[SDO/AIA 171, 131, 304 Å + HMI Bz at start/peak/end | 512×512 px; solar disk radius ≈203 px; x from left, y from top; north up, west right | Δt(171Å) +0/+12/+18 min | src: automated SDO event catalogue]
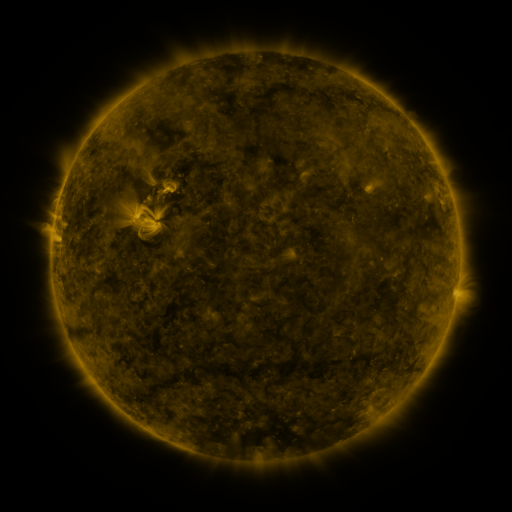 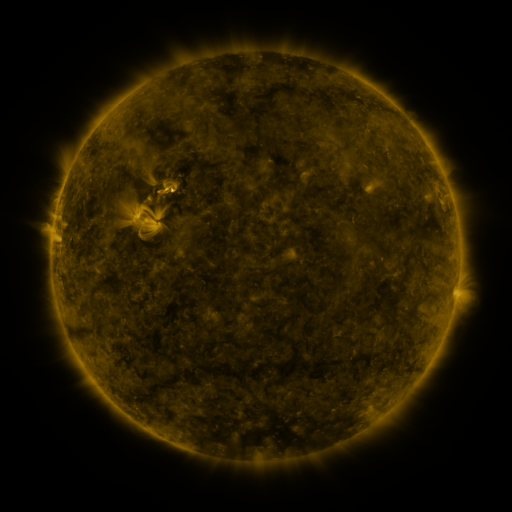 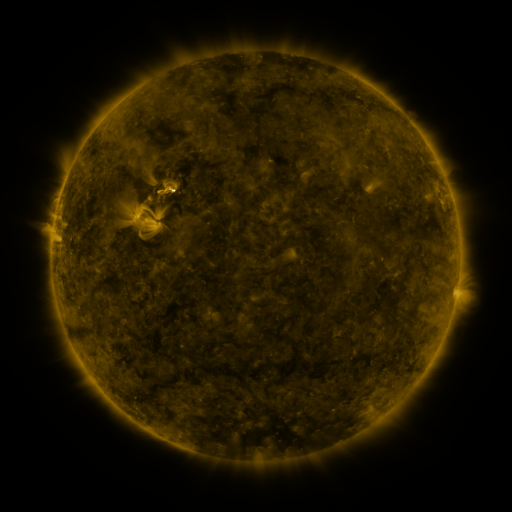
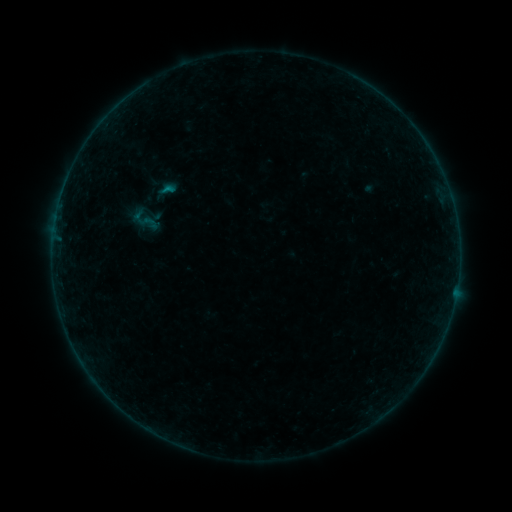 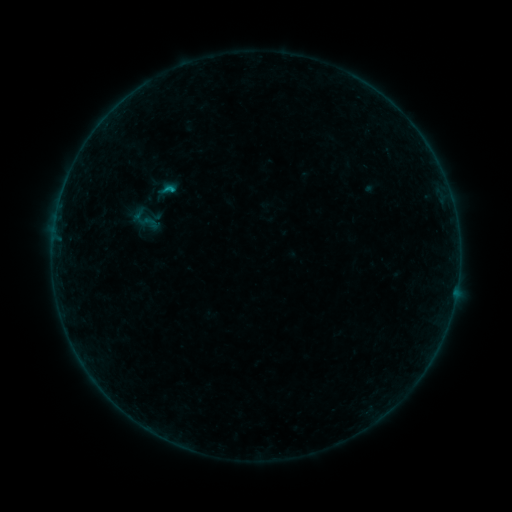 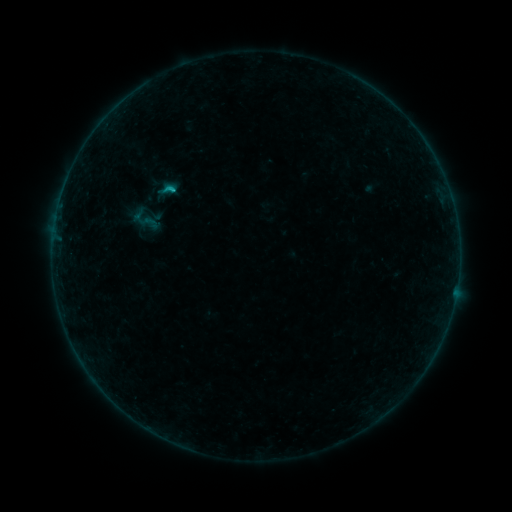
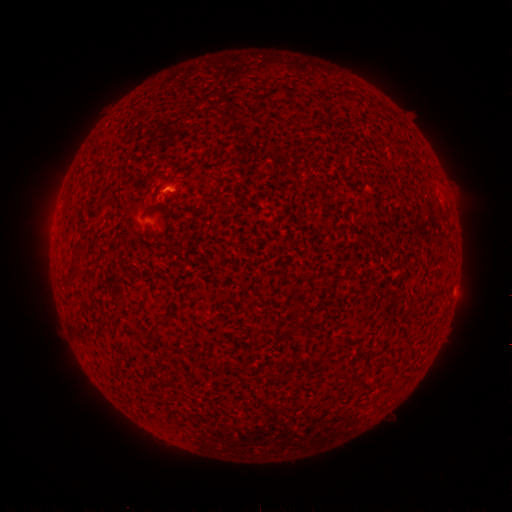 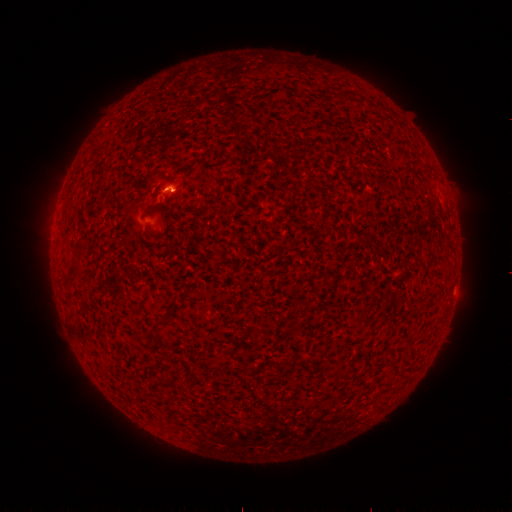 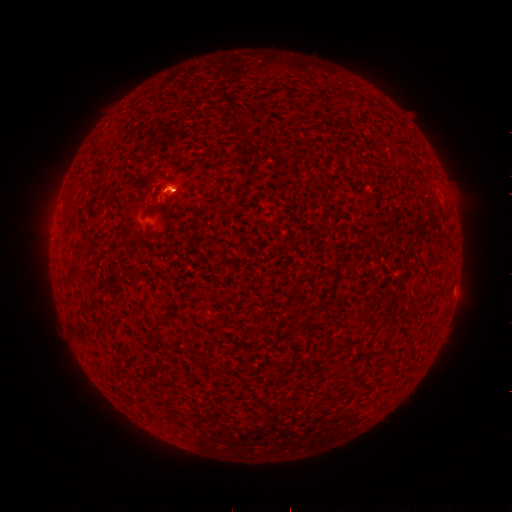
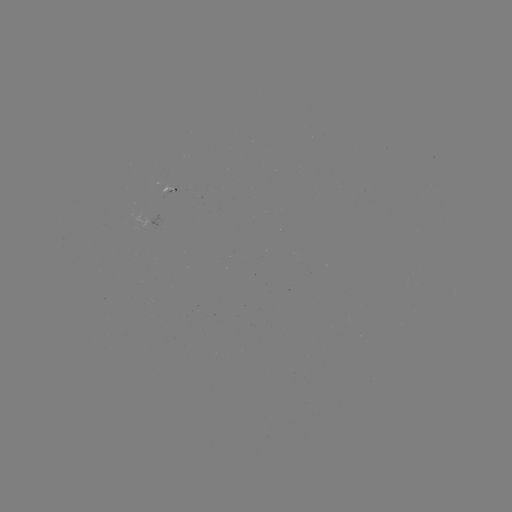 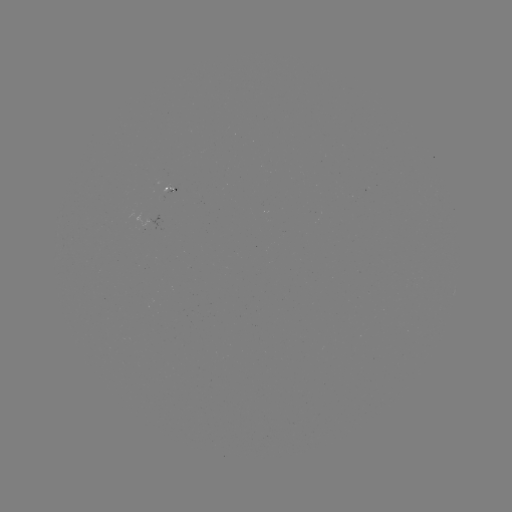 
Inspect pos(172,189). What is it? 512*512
B6.0 flare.